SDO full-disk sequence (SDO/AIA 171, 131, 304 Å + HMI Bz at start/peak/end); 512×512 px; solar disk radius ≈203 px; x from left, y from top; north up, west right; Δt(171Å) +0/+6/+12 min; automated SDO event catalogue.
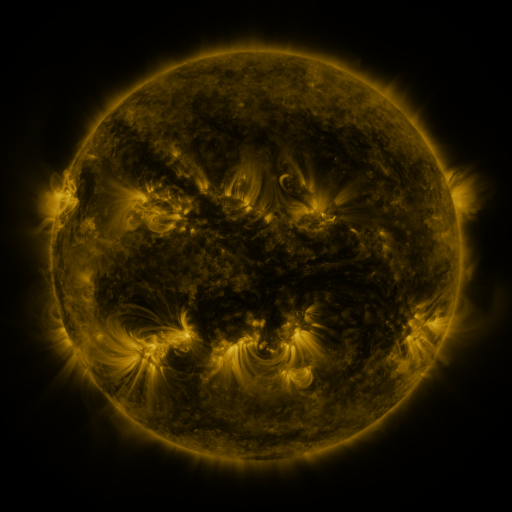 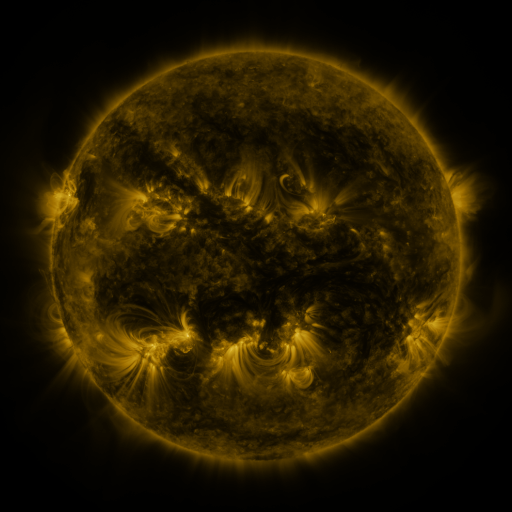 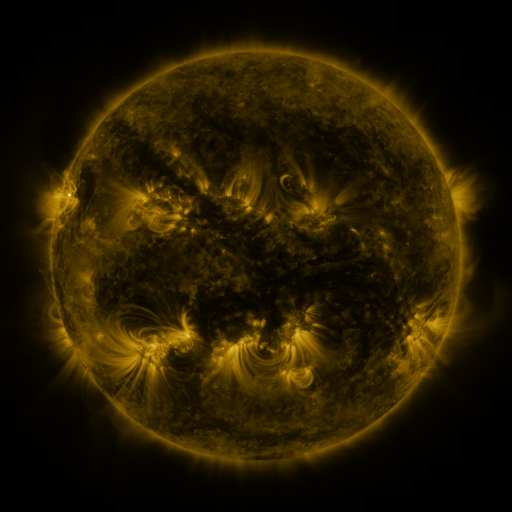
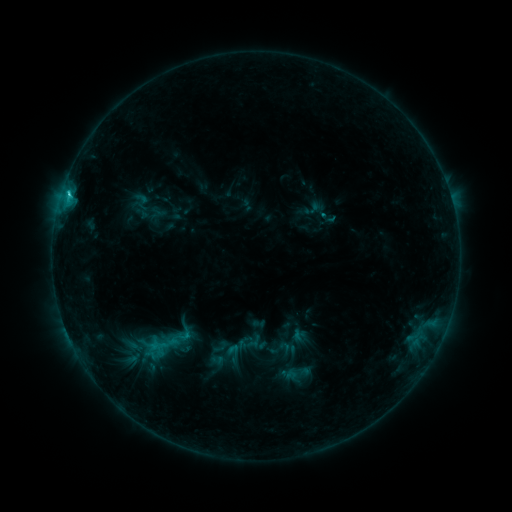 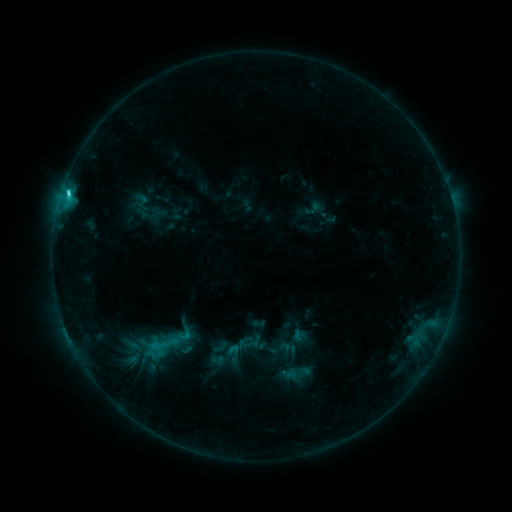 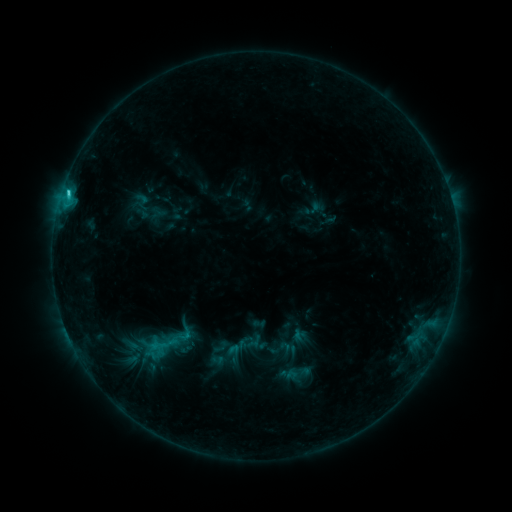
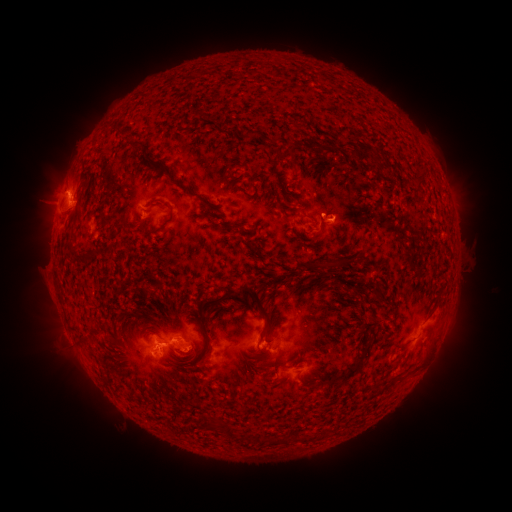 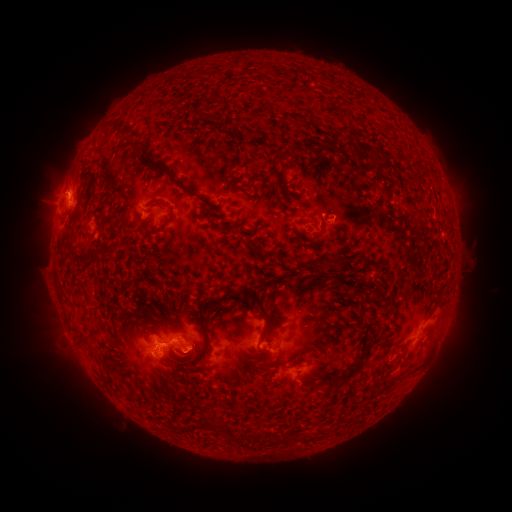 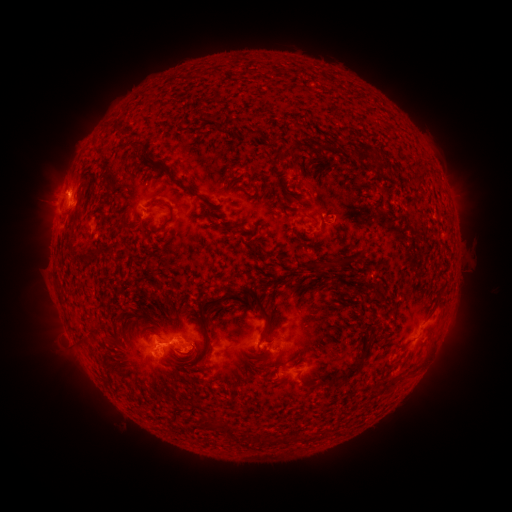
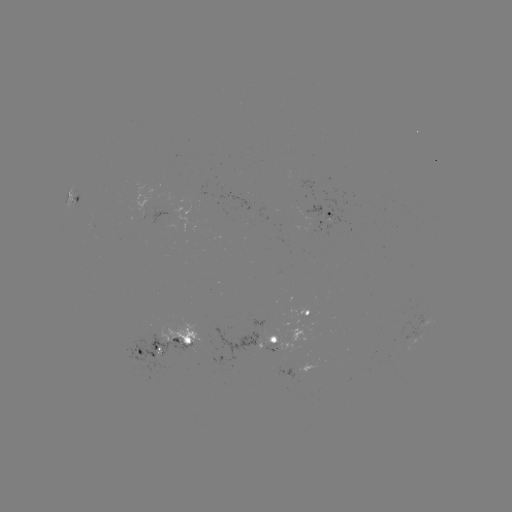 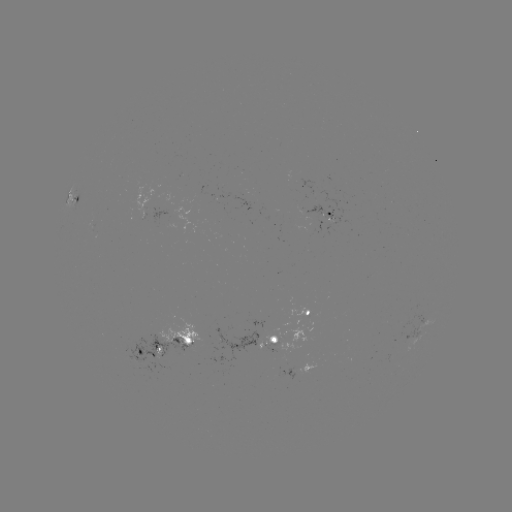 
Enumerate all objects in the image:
C2.3 flare: (68, 194)
